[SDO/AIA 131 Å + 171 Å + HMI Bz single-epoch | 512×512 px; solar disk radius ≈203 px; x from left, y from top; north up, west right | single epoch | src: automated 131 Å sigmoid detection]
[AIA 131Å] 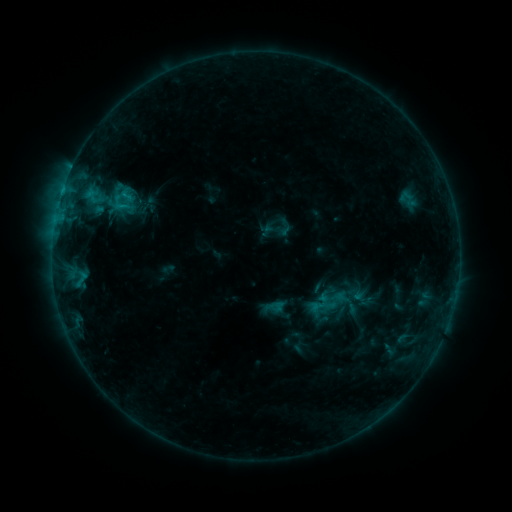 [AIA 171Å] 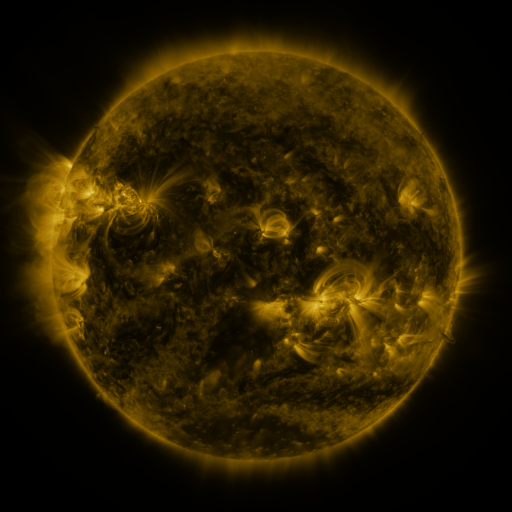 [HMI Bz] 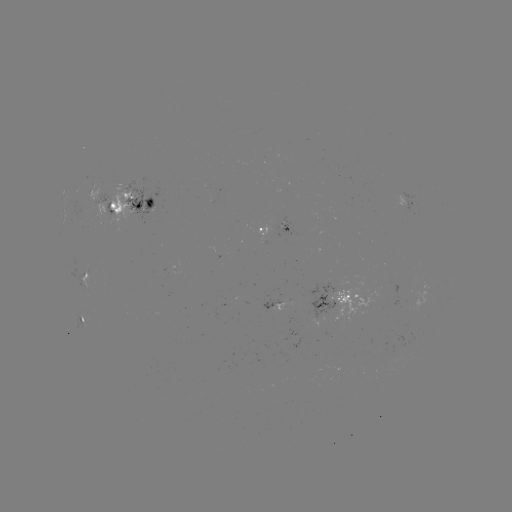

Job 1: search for sigmoid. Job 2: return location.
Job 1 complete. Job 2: [126, 195].